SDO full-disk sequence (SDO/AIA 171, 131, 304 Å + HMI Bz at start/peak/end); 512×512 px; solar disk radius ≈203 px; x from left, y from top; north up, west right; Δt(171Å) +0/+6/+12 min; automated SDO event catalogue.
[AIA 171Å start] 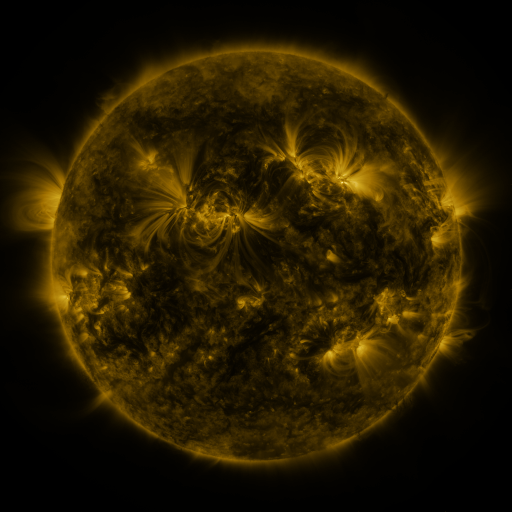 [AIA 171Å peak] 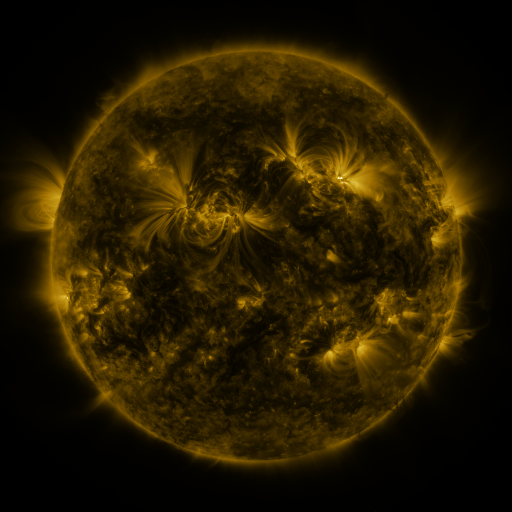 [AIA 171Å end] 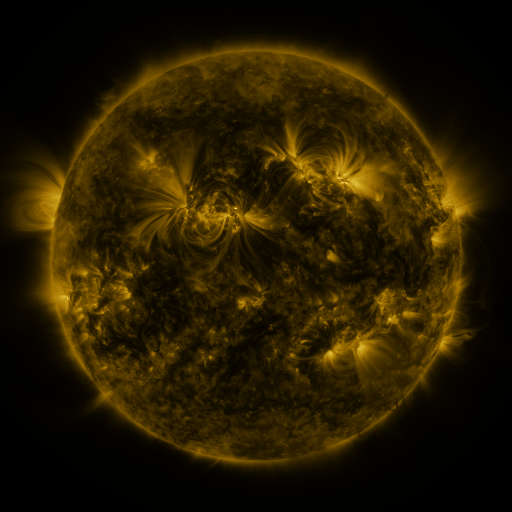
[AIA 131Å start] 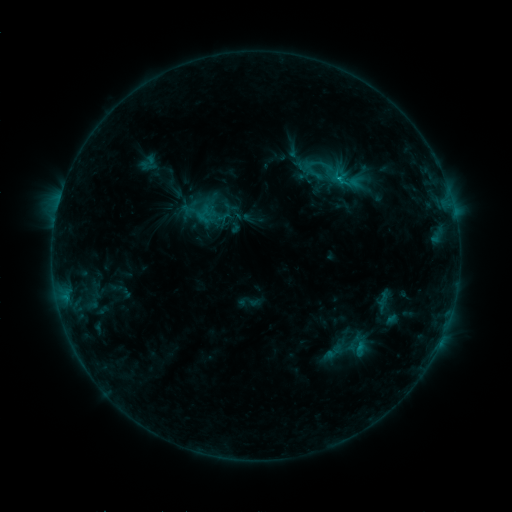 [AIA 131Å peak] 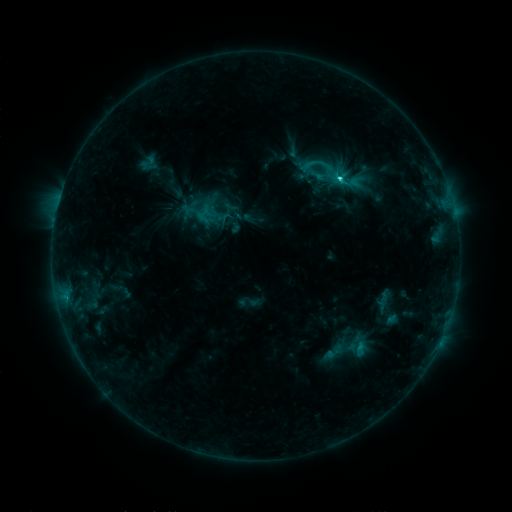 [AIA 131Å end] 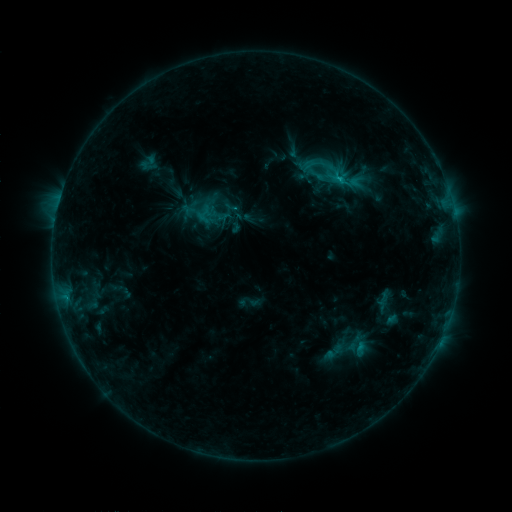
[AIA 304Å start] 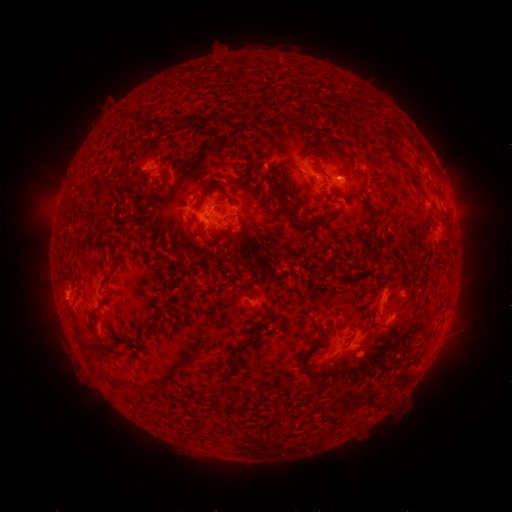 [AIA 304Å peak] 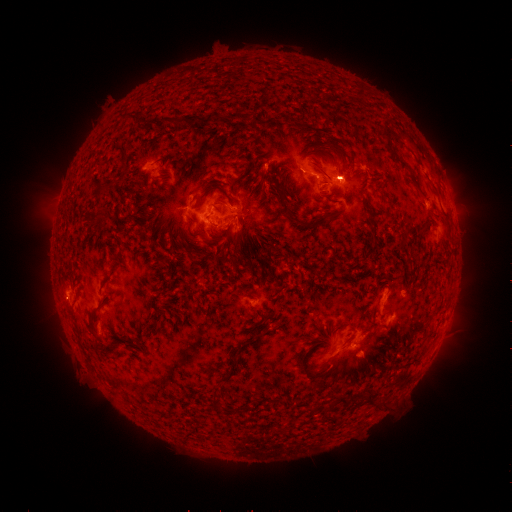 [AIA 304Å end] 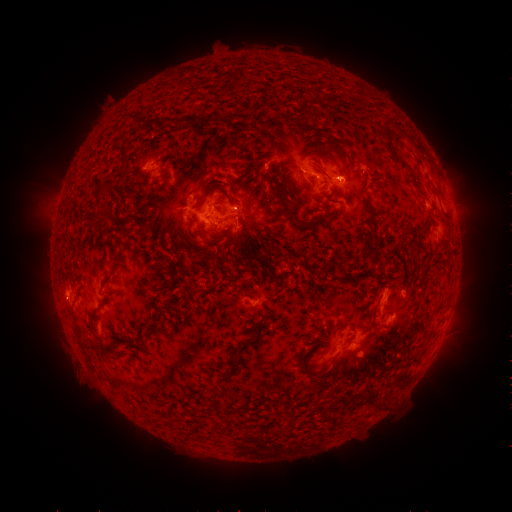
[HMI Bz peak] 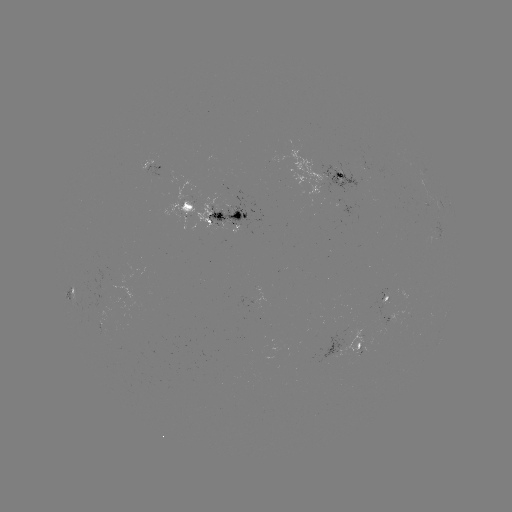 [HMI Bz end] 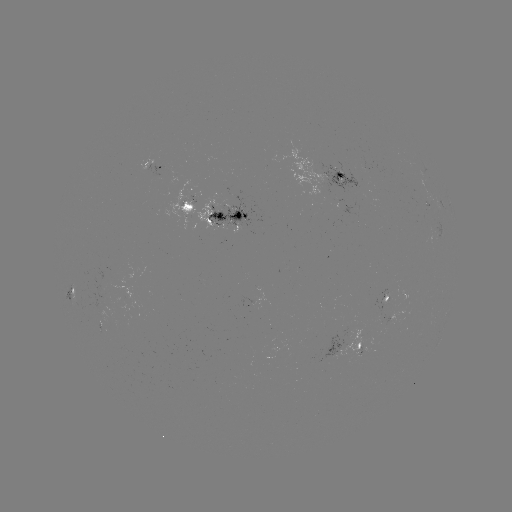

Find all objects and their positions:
C2.7 flare: (337, 179)
